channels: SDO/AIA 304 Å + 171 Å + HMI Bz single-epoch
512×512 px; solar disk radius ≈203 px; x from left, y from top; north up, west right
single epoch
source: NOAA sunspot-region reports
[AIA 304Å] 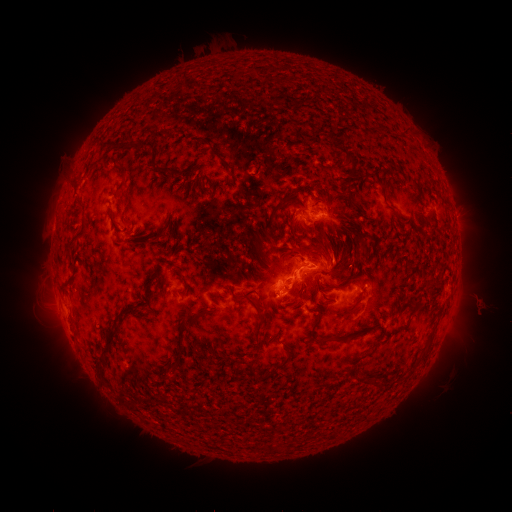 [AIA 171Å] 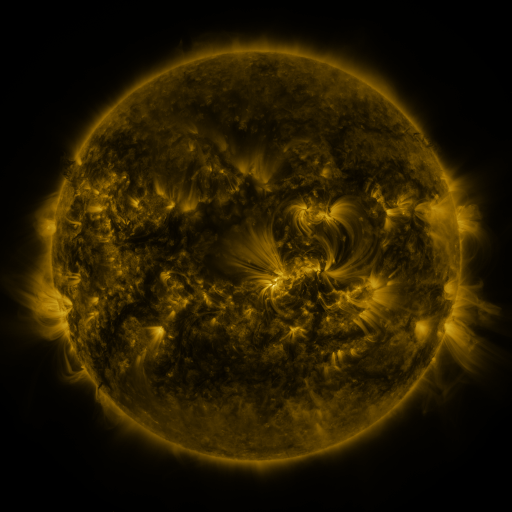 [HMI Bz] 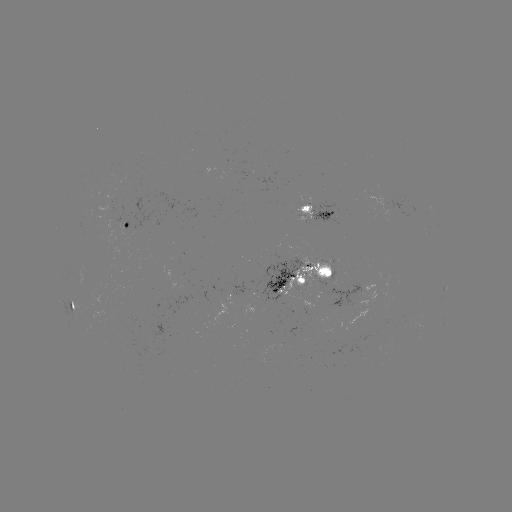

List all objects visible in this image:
spotted active region: (328, 211)
spotted active region: (128, 223)
spotted active region: (314, 274)
spotted active region: (71, 303)
